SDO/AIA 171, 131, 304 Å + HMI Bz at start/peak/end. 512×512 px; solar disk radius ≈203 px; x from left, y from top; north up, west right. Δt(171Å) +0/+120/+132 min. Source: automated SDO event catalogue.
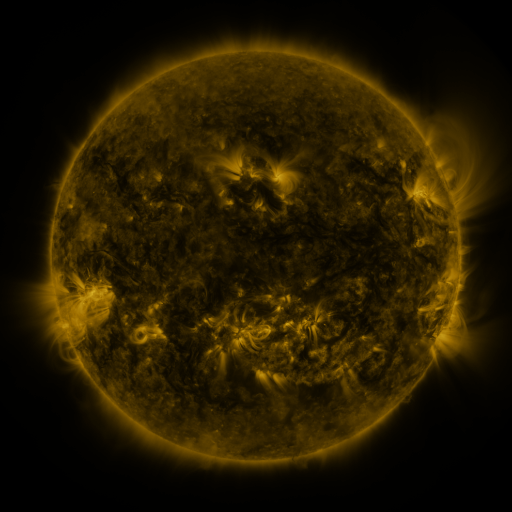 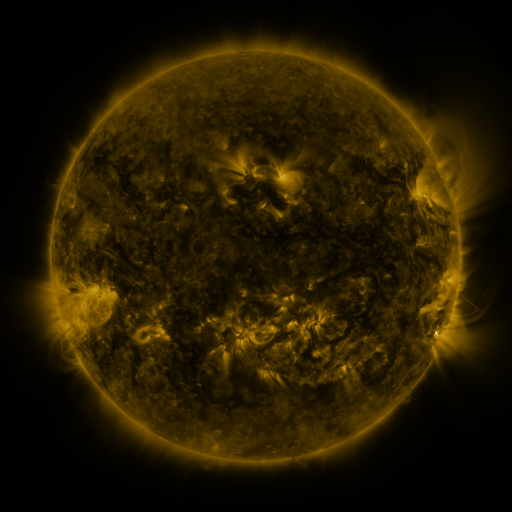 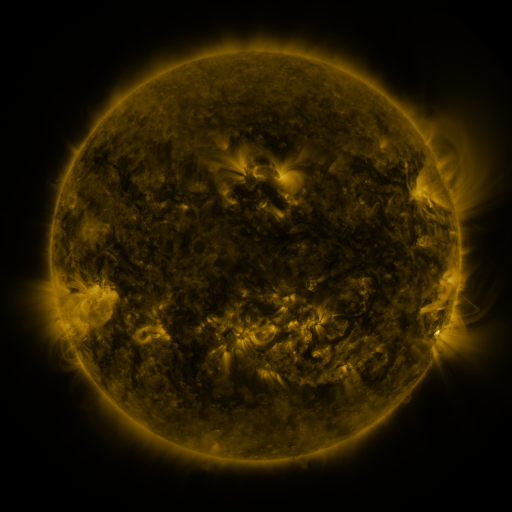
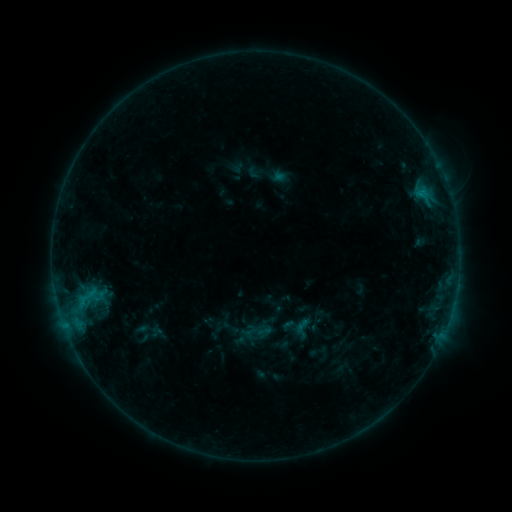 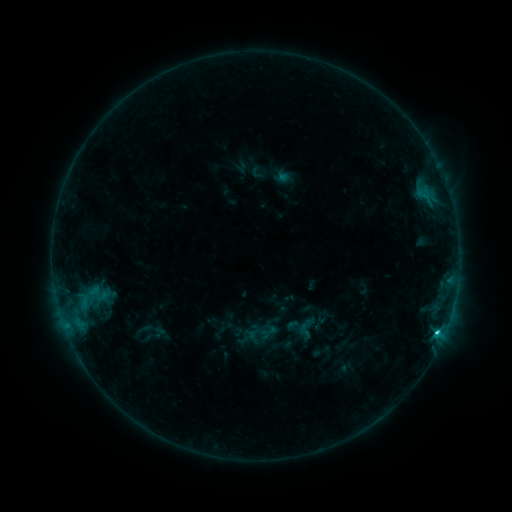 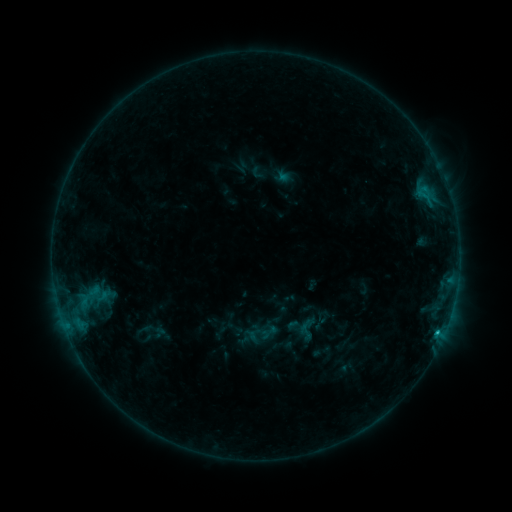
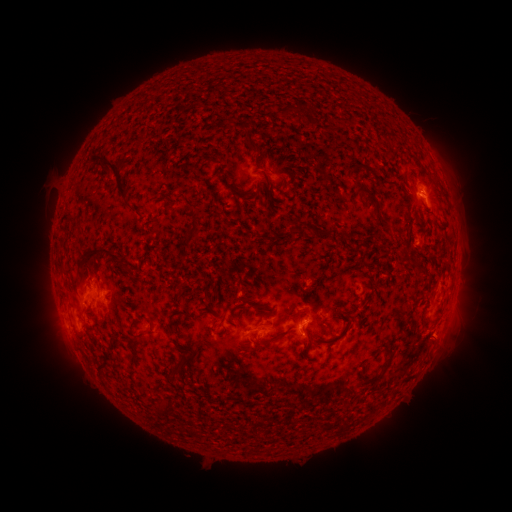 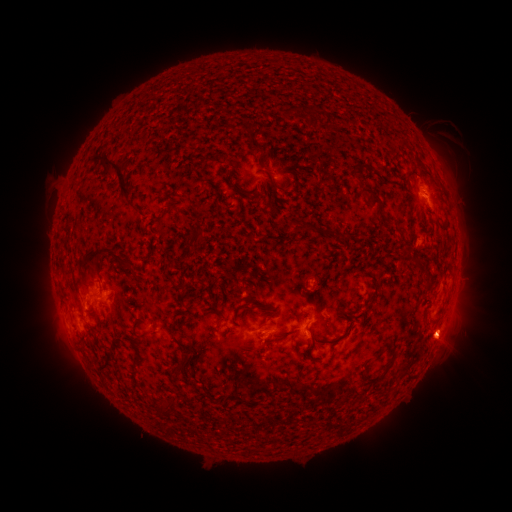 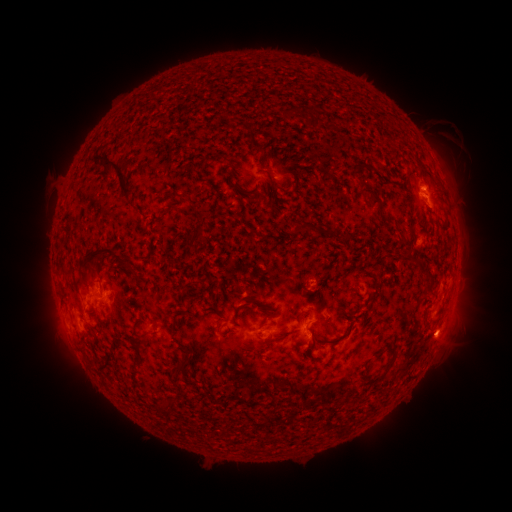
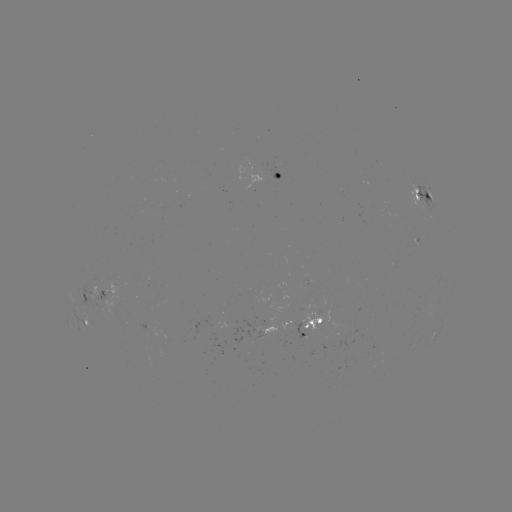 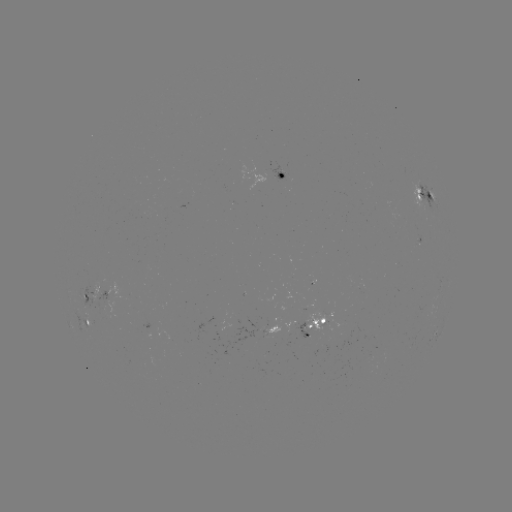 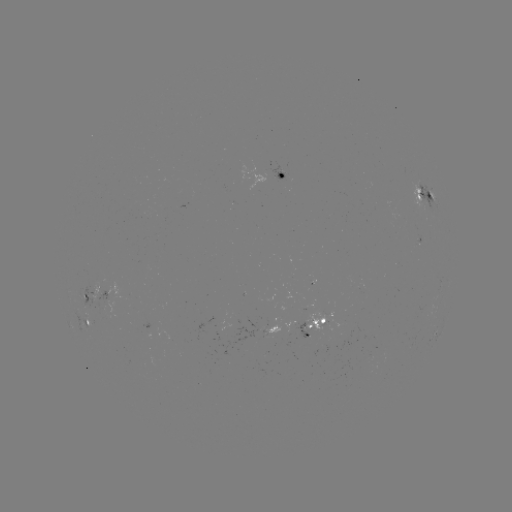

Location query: emerging-flux region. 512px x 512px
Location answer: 304,330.